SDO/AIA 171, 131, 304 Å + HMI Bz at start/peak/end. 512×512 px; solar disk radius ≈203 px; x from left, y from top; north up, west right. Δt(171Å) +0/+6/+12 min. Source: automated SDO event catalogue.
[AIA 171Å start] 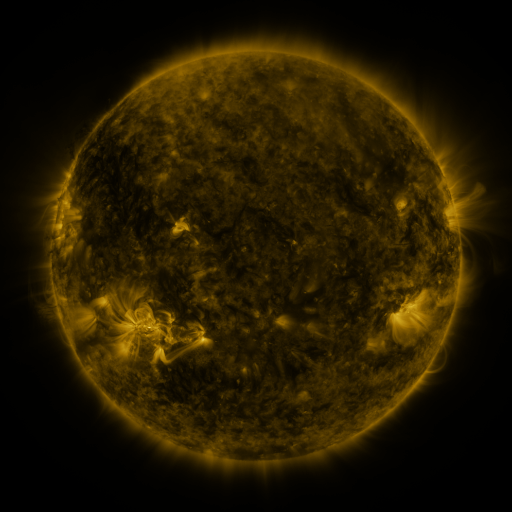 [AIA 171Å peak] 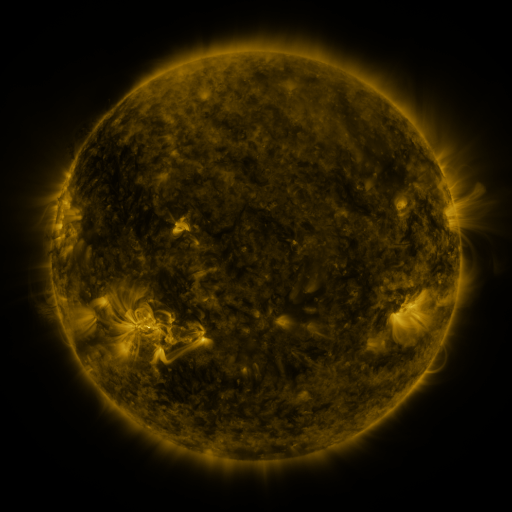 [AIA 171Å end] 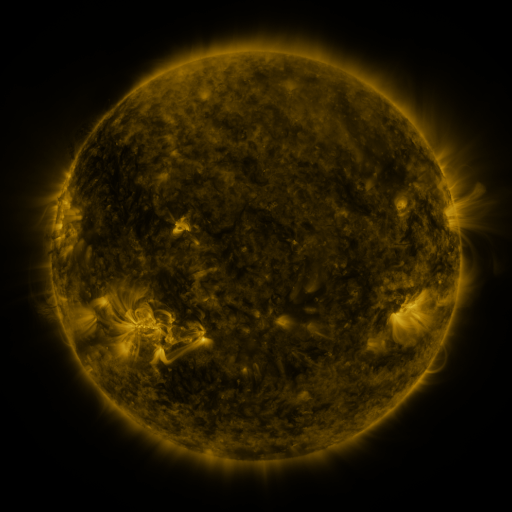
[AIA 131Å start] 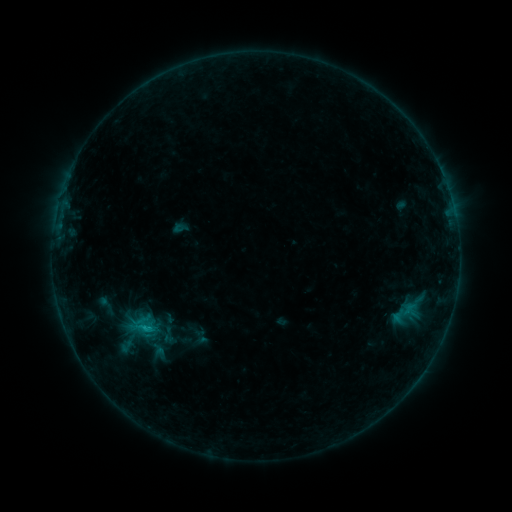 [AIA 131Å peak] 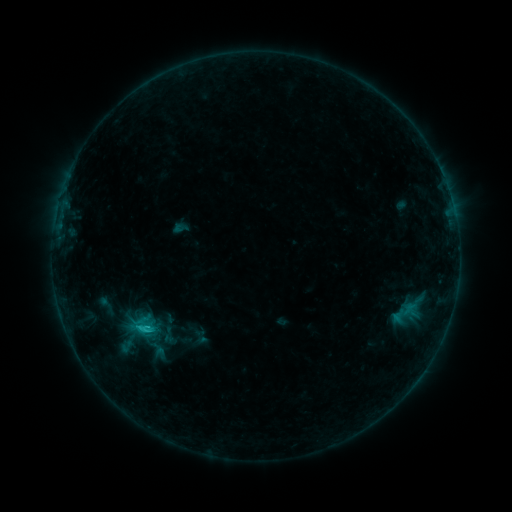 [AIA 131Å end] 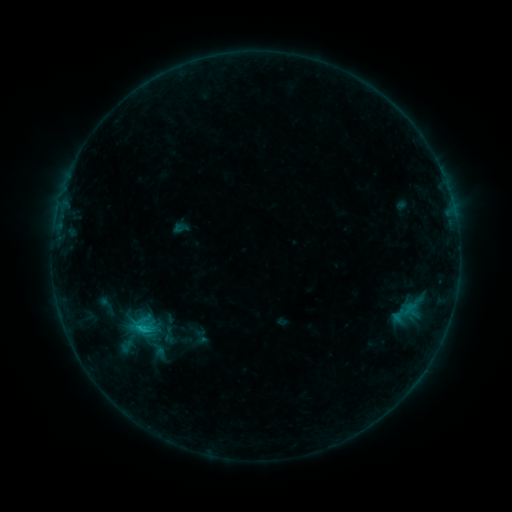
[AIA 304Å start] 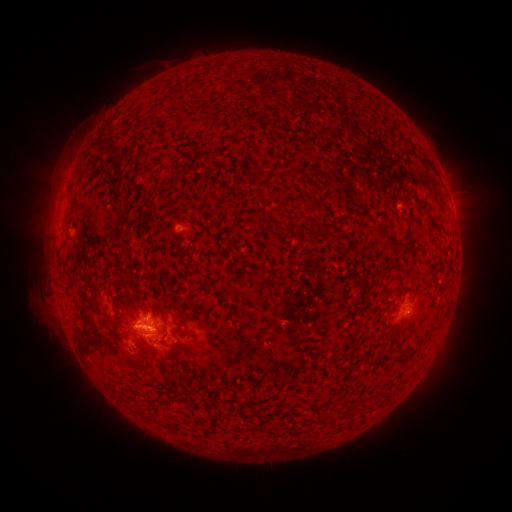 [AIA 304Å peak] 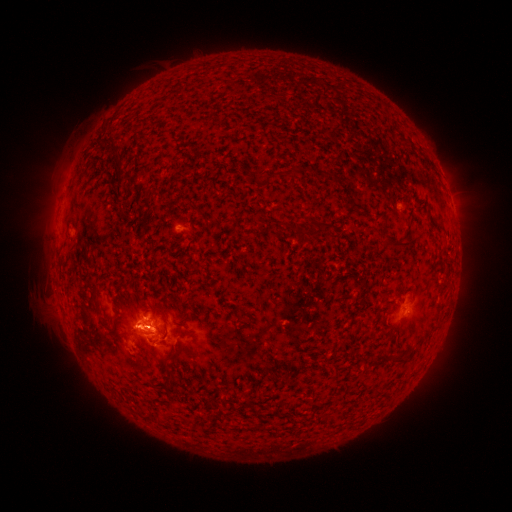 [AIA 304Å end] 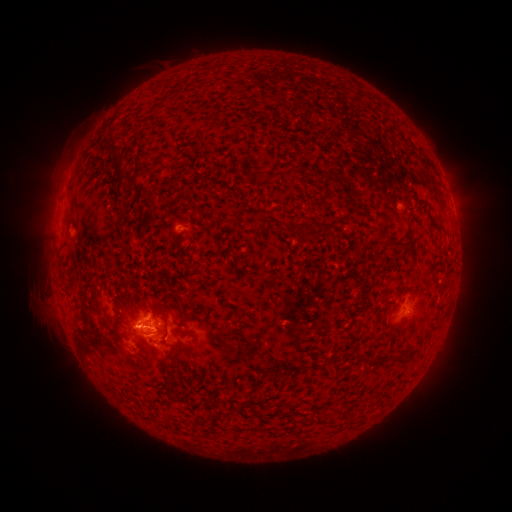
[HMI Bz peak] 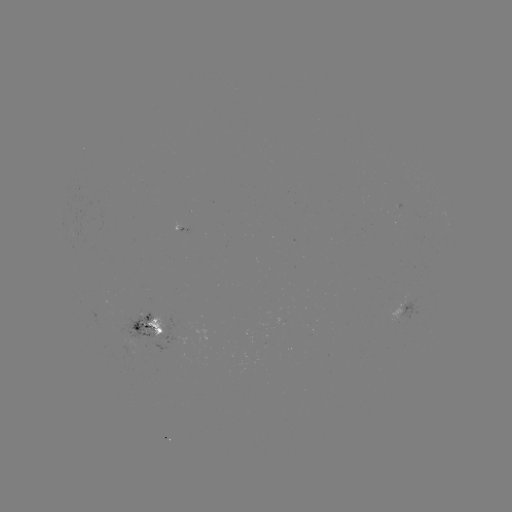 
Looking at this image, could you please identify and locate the C1.2 flare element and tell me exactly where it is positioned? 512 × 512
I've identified C1.2 flare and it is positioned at [148, 328].